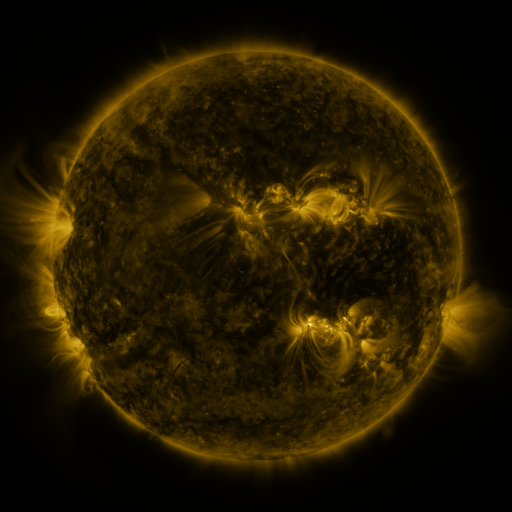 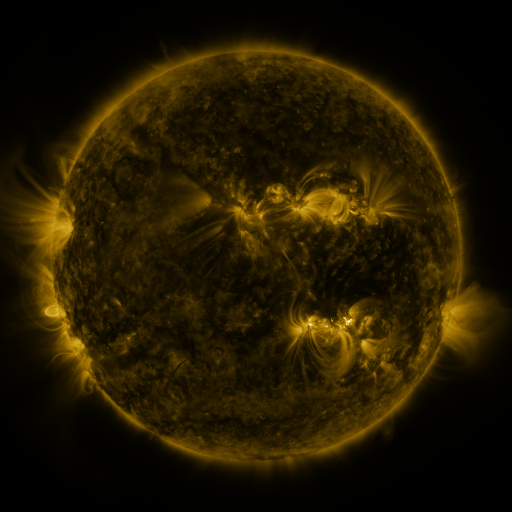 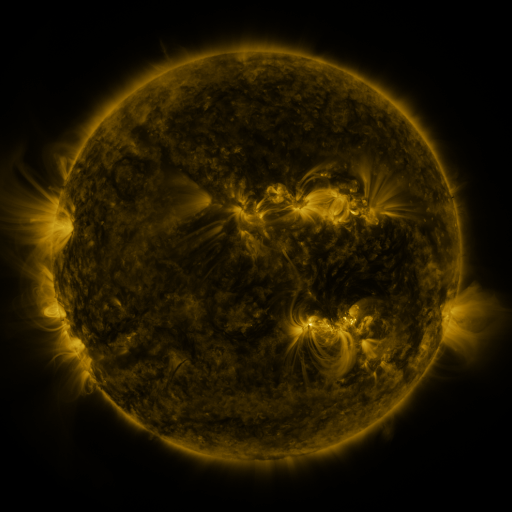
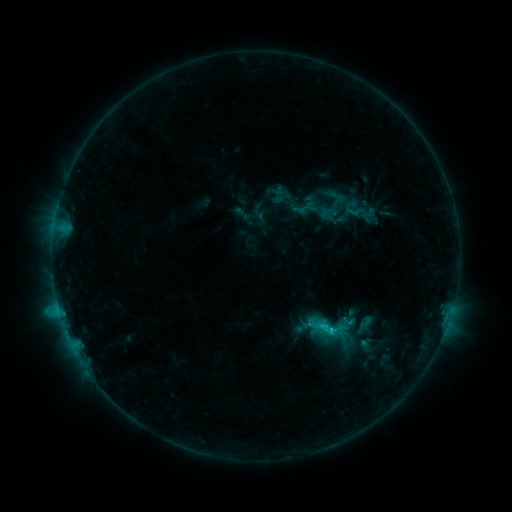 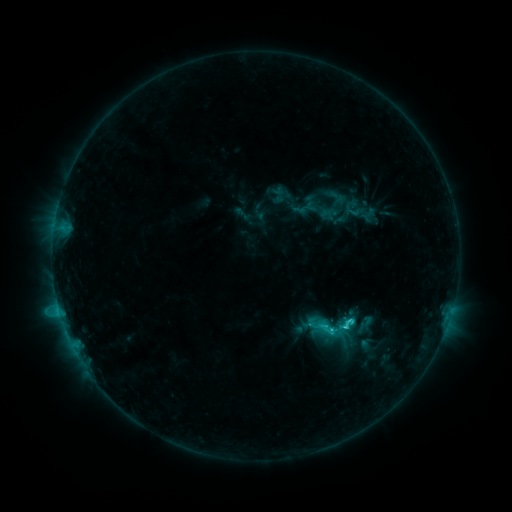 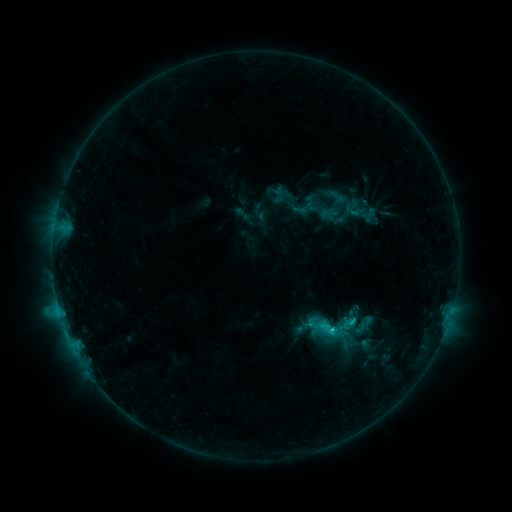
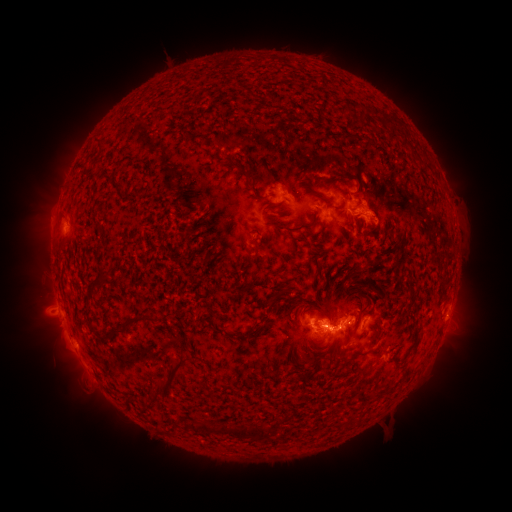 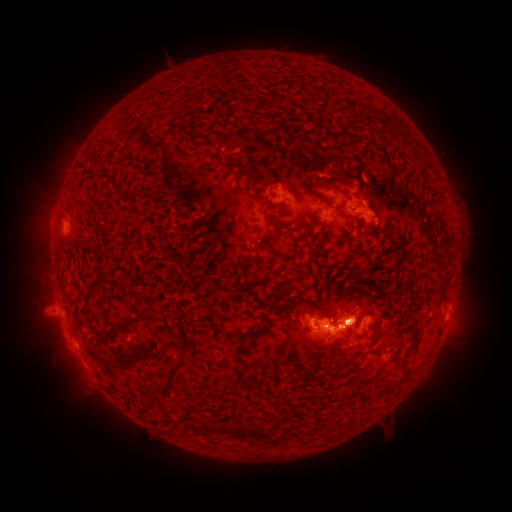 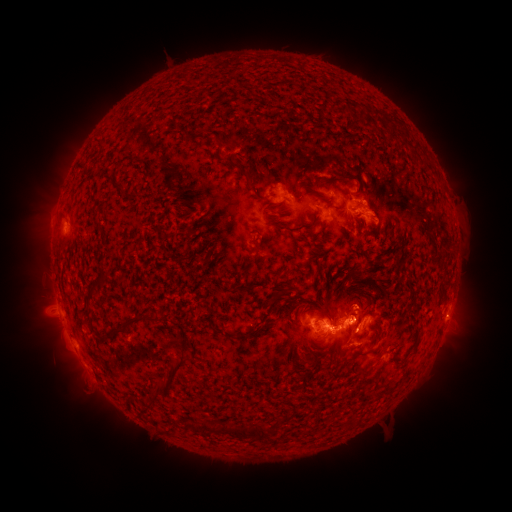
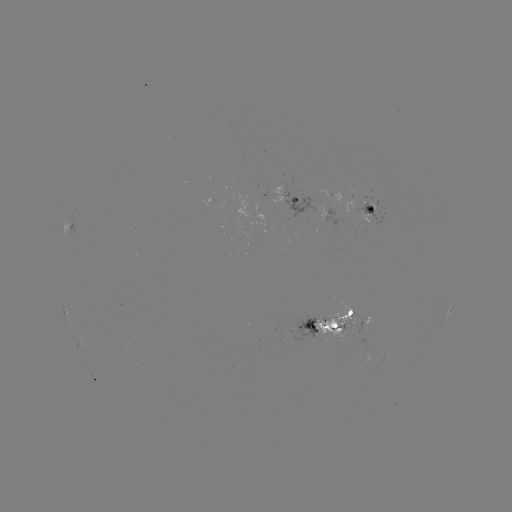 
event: flare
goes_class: C2.9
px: (351, 318)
